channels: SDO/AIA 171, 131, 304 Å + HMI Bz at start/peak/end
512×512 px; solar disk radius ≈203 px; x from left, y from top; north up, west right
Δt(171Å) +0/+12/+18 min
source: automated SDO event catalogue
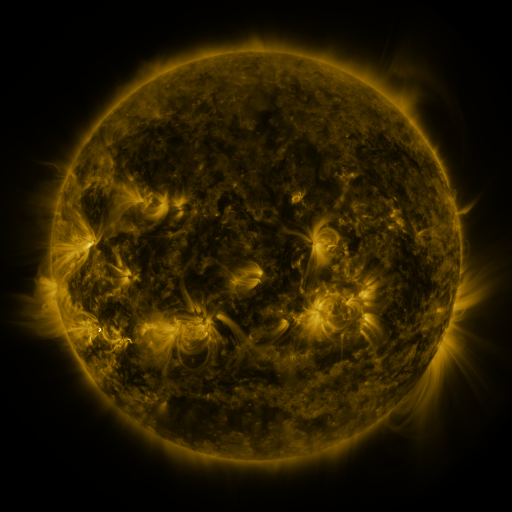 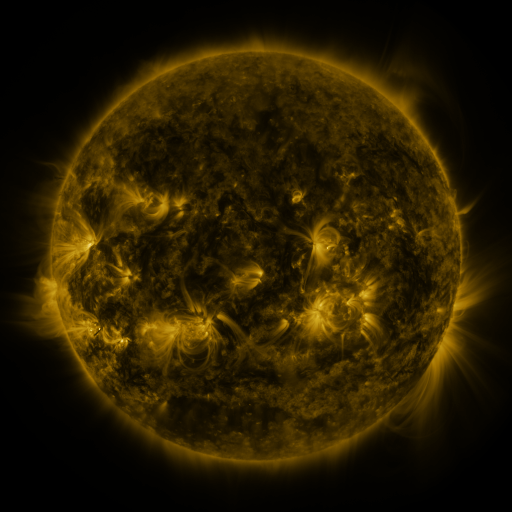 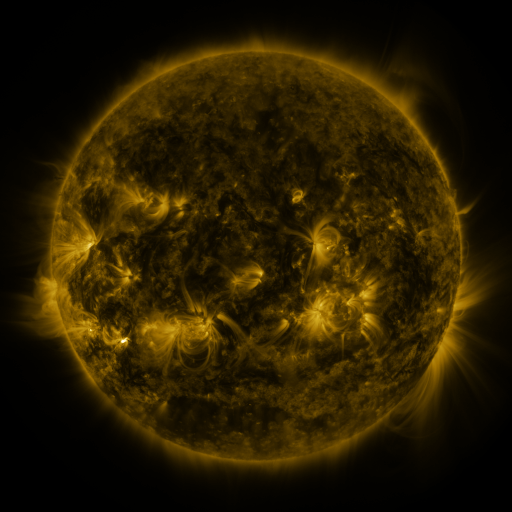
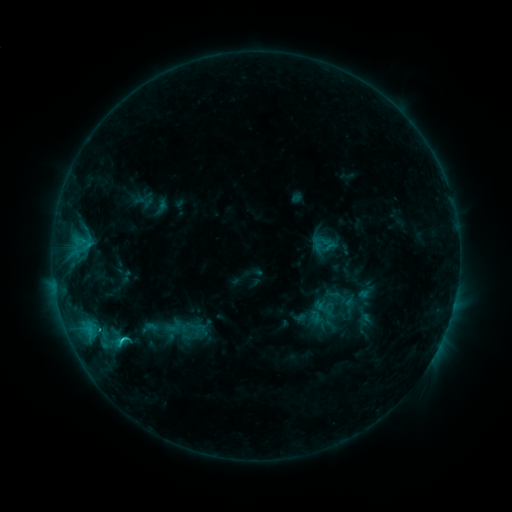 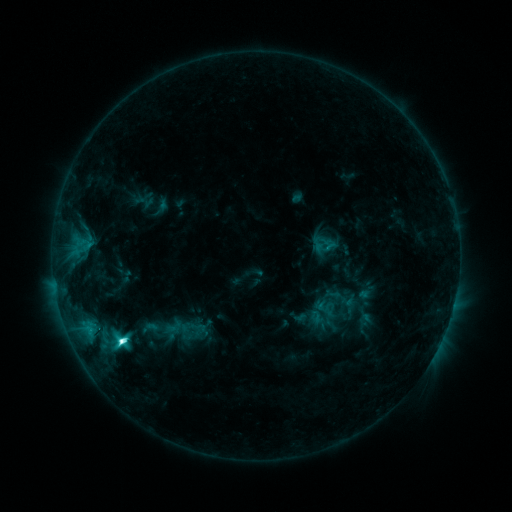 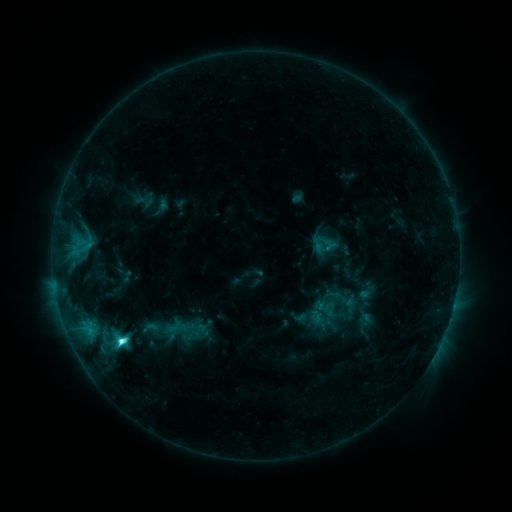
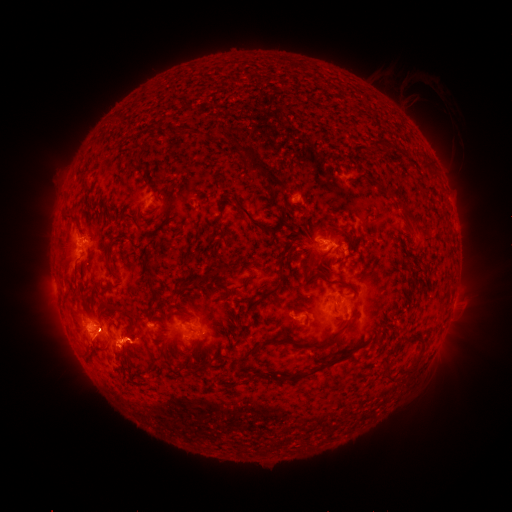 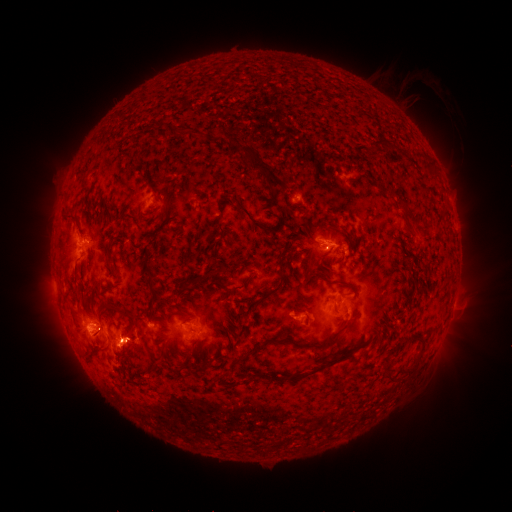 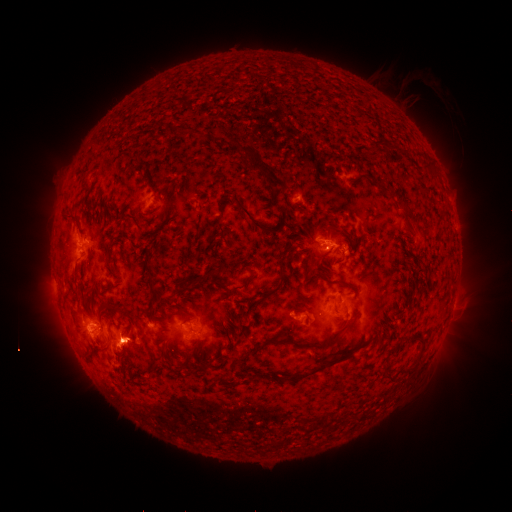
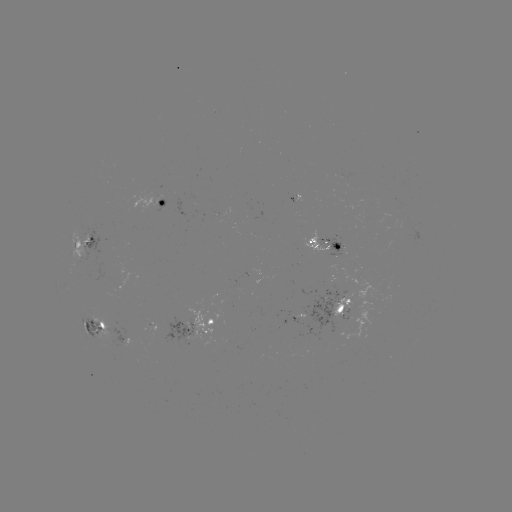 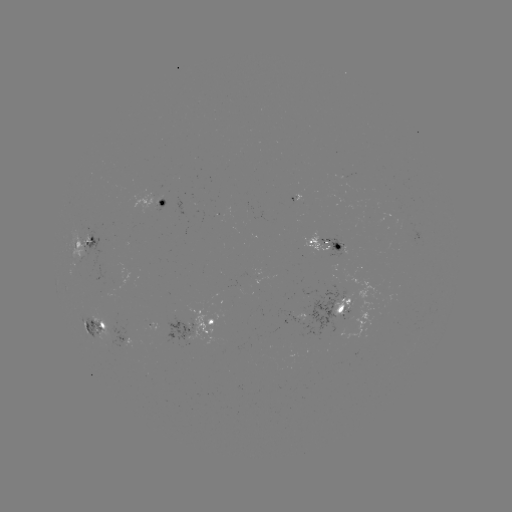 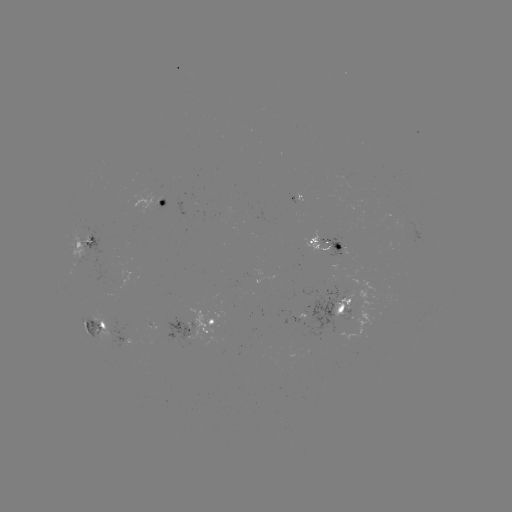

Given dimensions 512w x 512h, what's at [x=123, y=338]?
C7.5 flare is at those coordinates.